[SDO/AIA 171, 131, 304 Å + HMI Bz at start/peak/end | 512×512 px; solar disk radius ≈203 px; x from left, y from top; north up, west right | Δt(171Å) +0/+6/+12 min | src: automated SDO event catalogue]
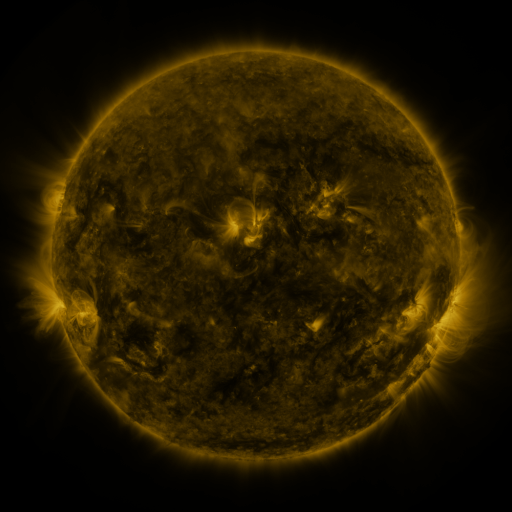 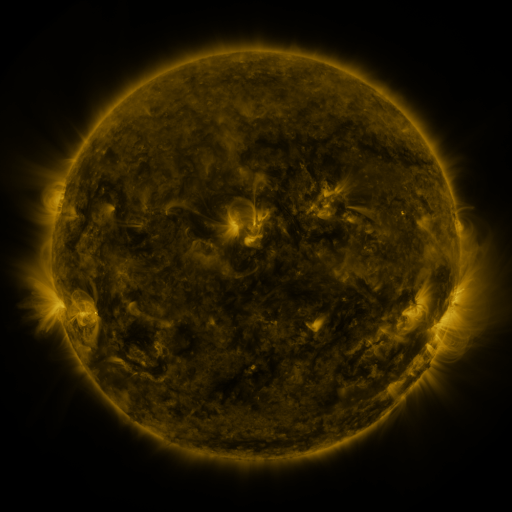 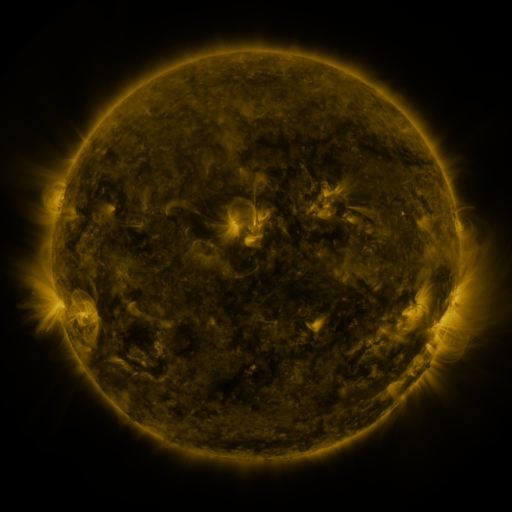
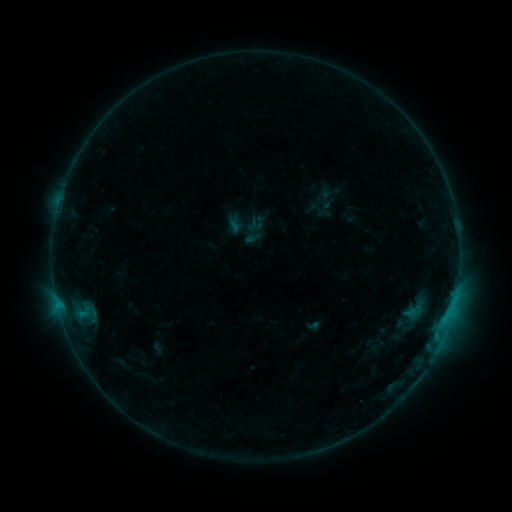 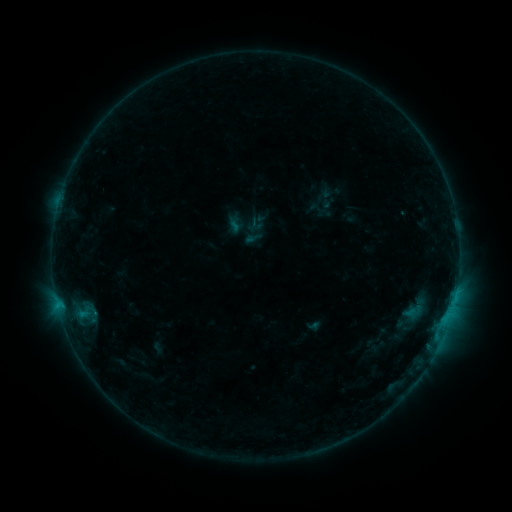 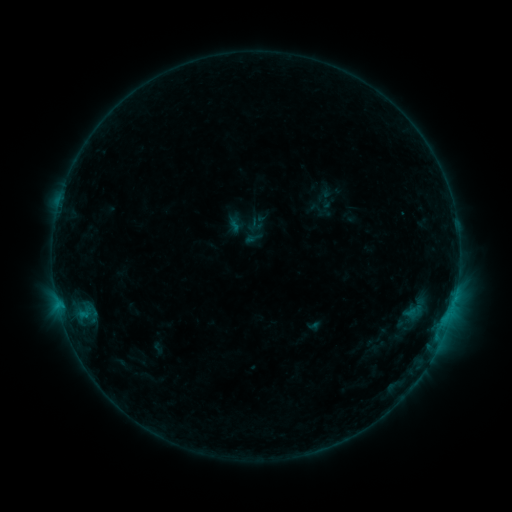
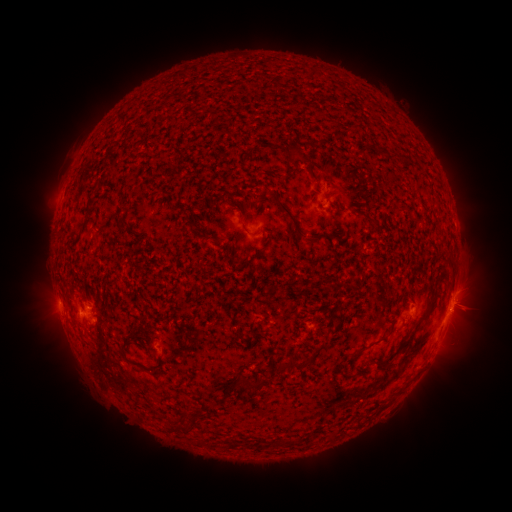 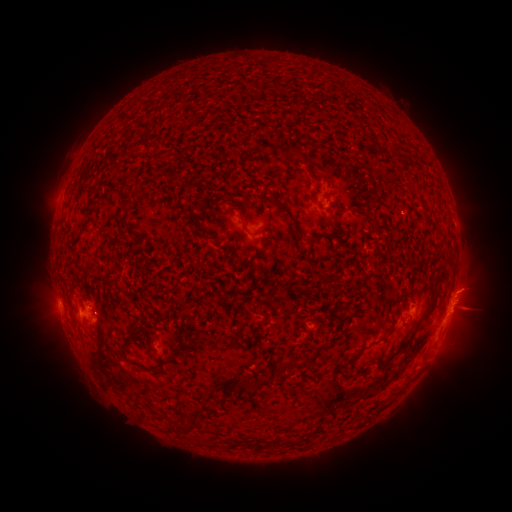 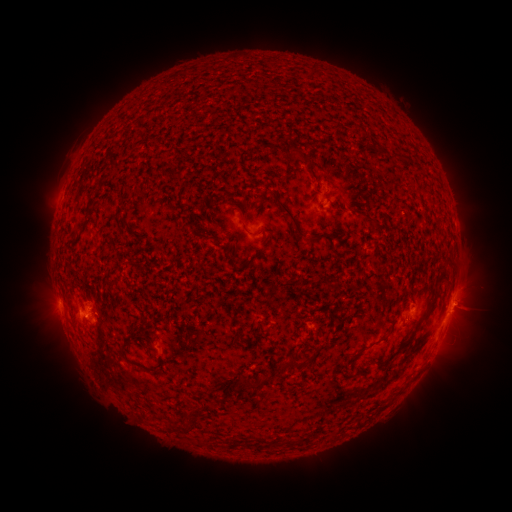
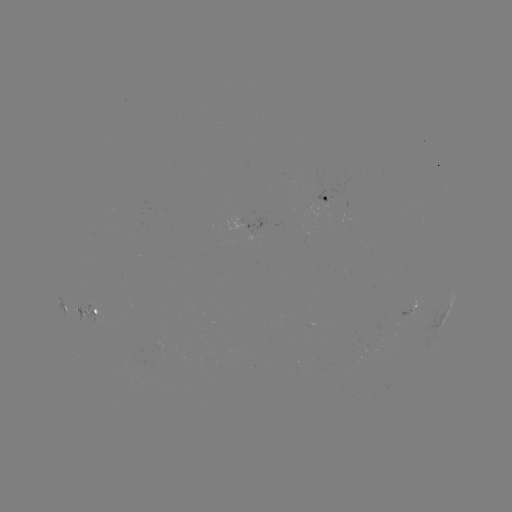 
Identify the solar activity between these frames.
eruption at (473, 297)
